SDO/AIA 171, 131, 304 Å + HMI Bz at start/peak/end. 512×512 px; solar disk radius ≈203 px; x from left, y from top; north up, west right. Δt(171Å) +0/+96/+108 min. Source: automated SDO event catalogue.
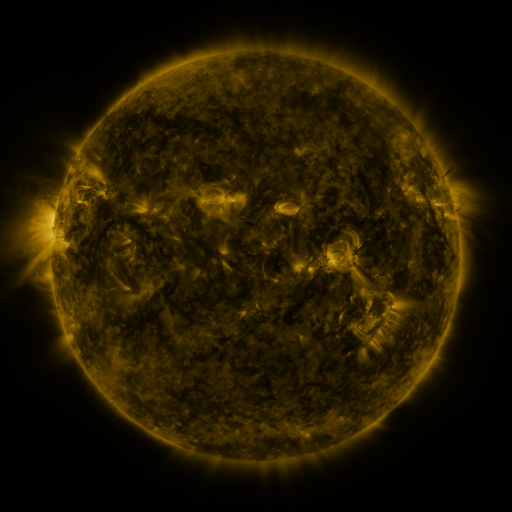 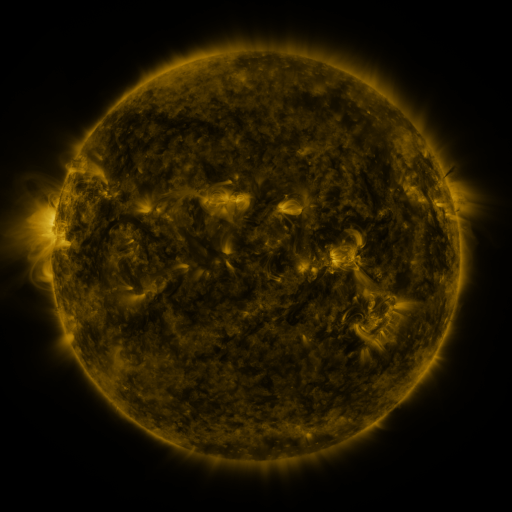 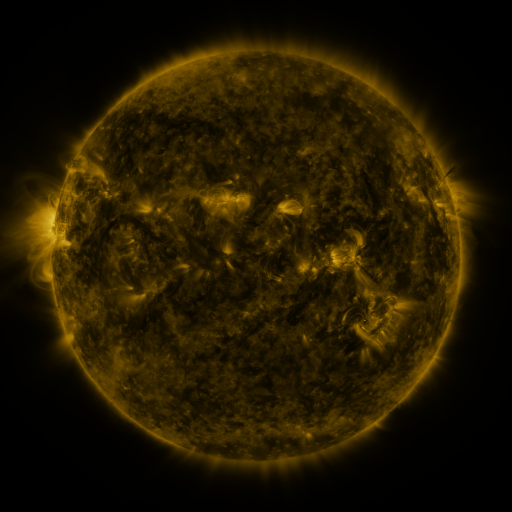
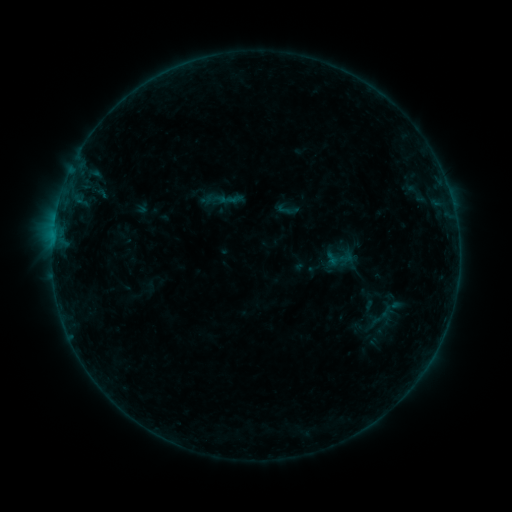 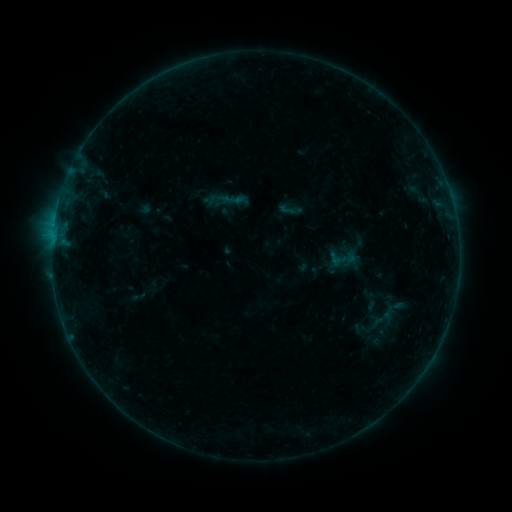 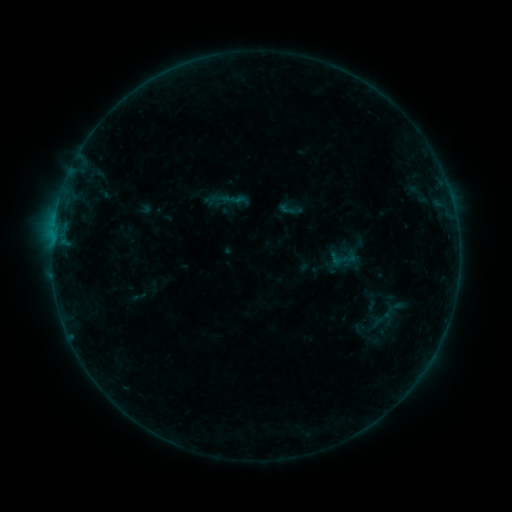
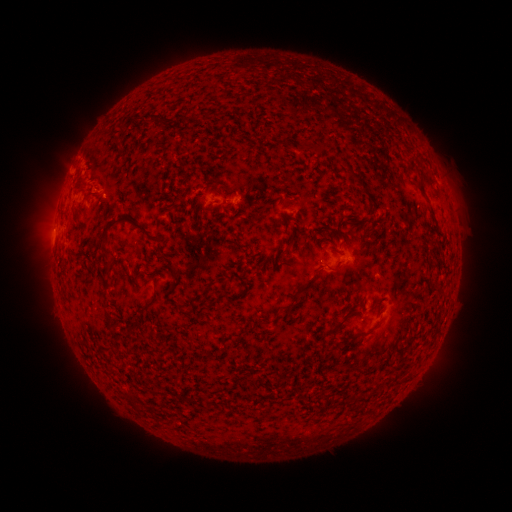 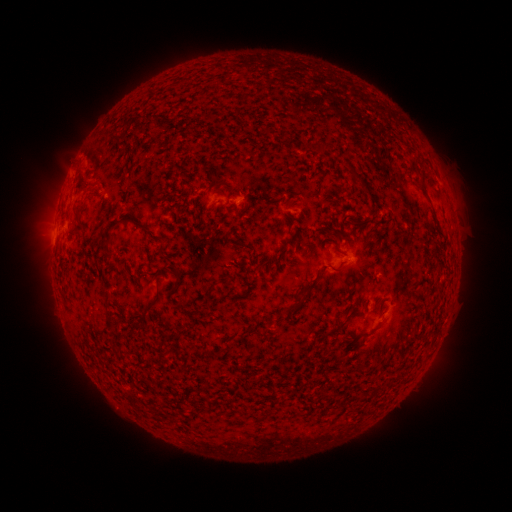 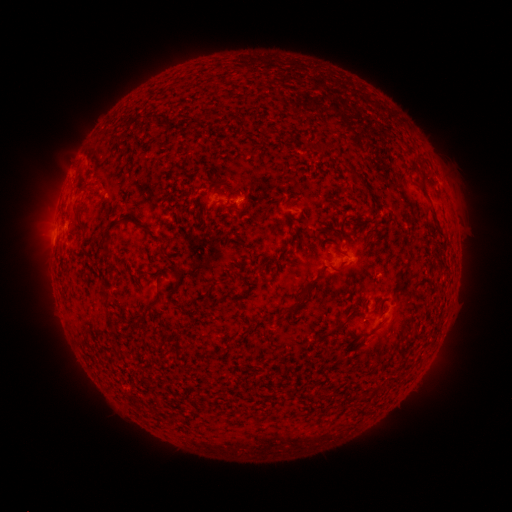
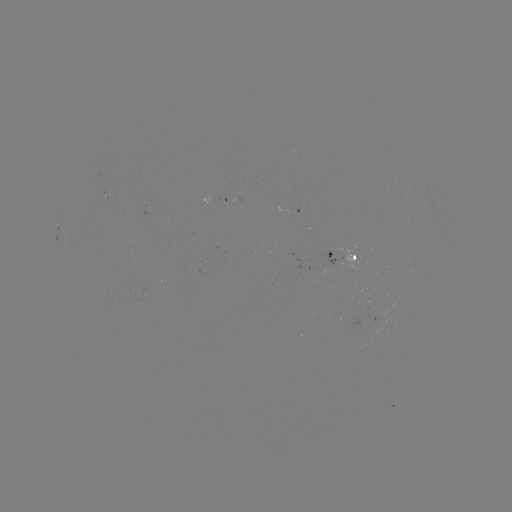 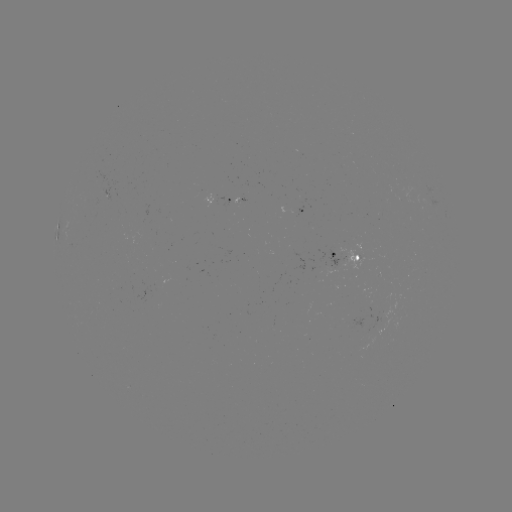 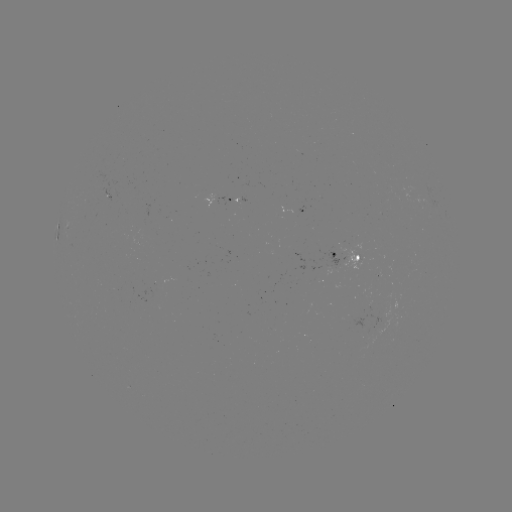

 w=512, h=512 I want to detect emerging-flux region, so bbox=[96, 171, 110, 200].